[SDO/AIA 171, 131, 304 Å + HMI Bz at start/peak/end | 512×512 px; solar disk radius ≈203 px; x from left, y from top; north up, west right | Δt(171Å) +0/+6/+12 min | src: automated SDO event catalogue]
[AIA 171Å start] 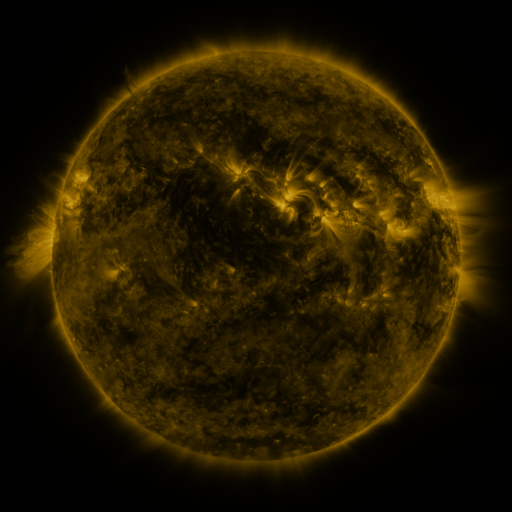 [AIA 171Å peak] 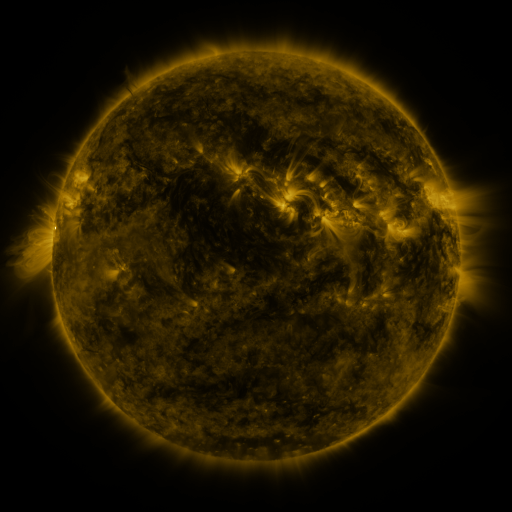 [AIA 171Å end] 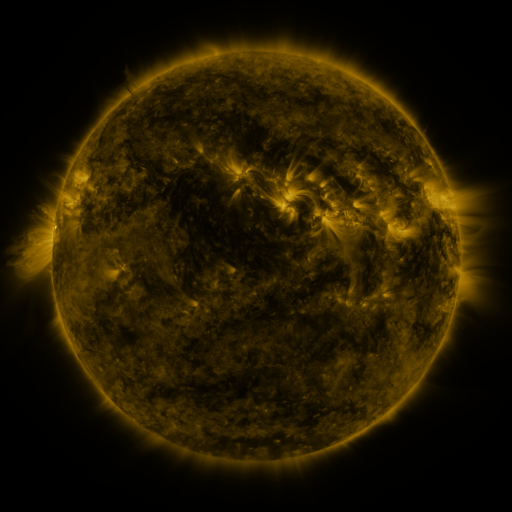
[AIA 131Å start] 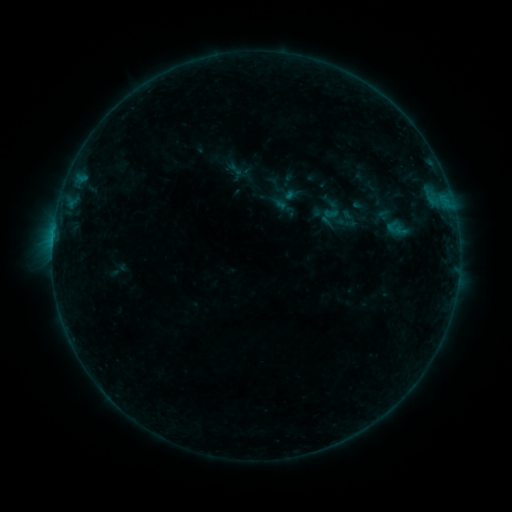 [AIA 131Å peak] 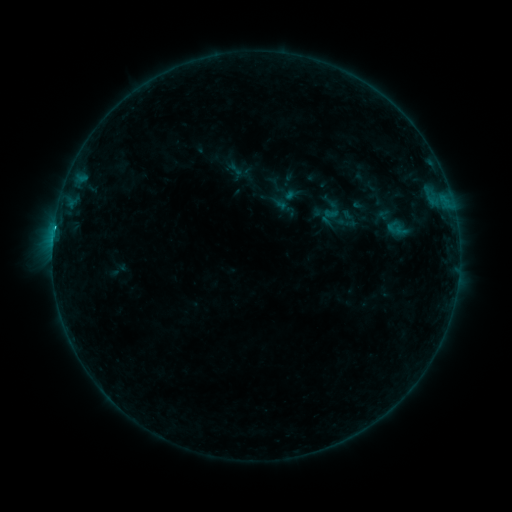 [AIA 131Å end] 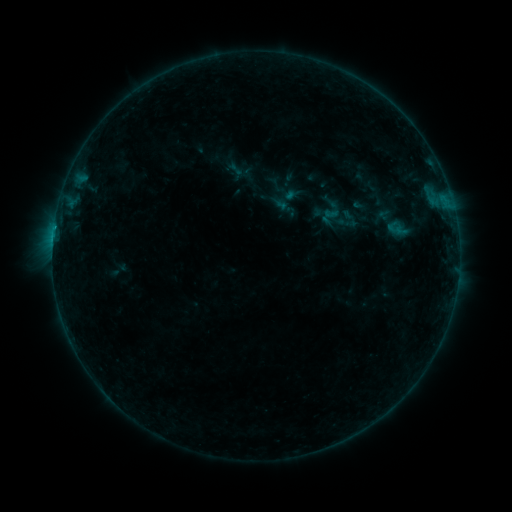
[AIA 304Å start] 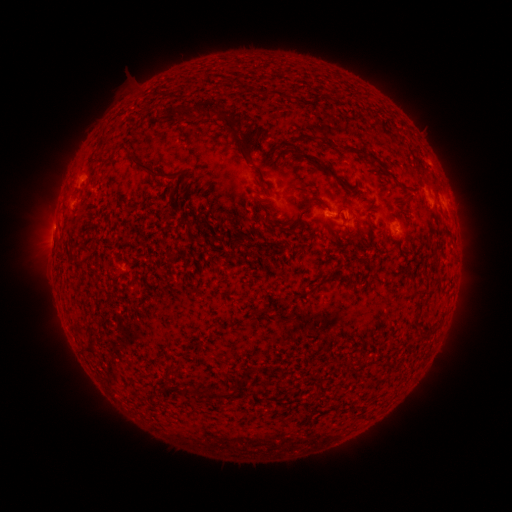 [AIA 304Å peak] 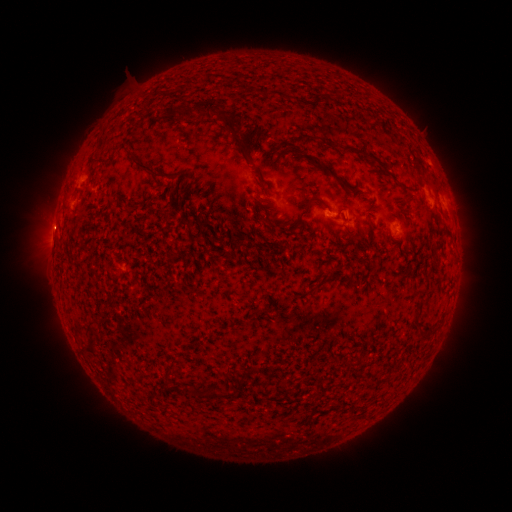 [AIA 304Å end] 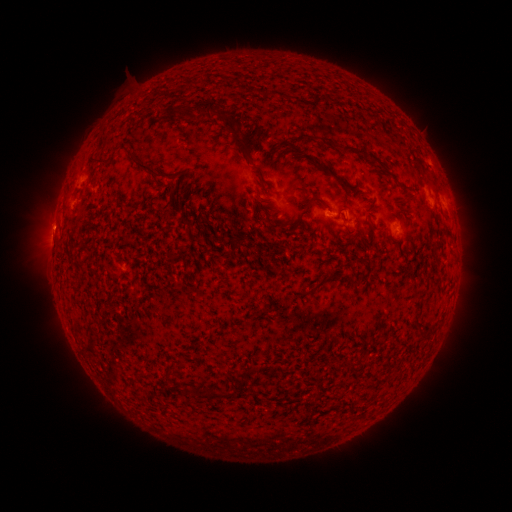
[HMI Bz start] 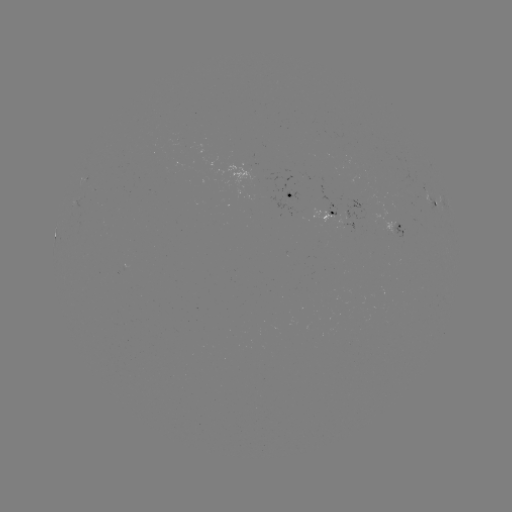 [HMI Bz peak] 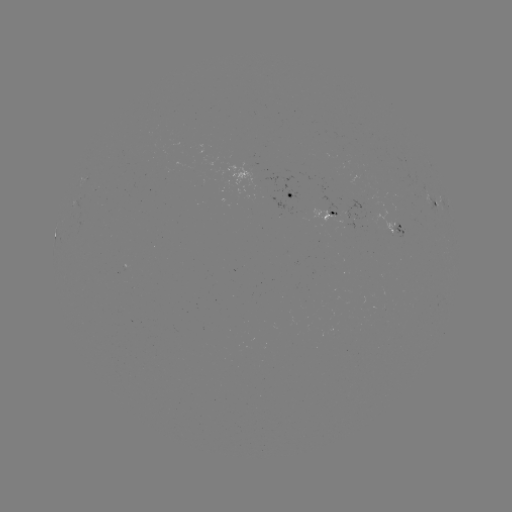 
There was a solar flare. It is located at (54, 230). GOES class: B4.1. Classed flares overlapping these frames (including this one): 2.